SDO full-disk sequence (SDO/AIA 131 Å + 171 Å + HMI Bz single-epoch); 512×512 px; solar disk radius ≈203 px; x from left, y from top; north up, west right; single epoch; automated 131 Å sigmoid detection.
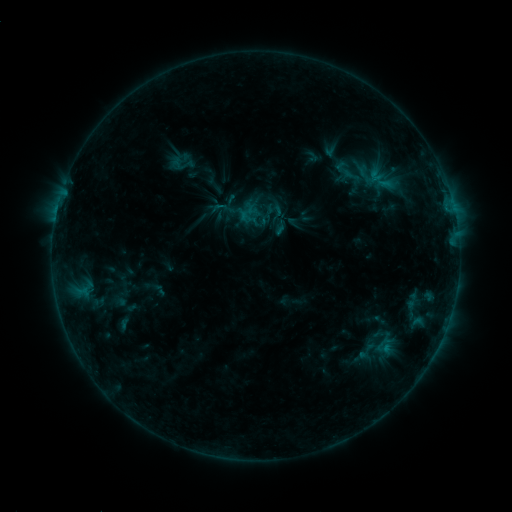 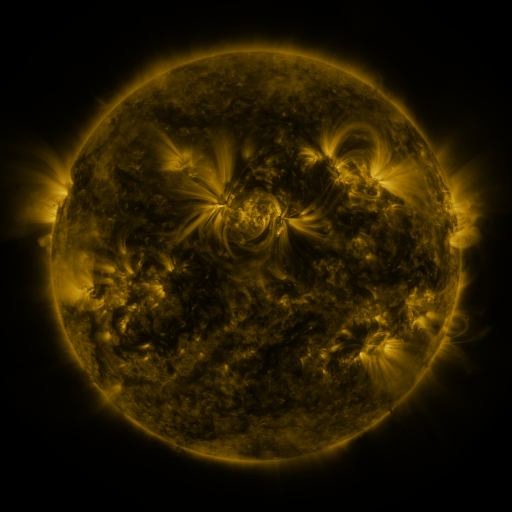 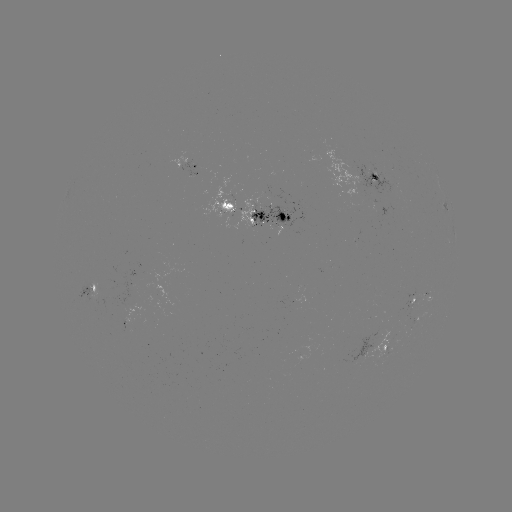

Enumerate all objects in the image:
sigmoid: <bbox>356, 340, 376, 362</bbox>
